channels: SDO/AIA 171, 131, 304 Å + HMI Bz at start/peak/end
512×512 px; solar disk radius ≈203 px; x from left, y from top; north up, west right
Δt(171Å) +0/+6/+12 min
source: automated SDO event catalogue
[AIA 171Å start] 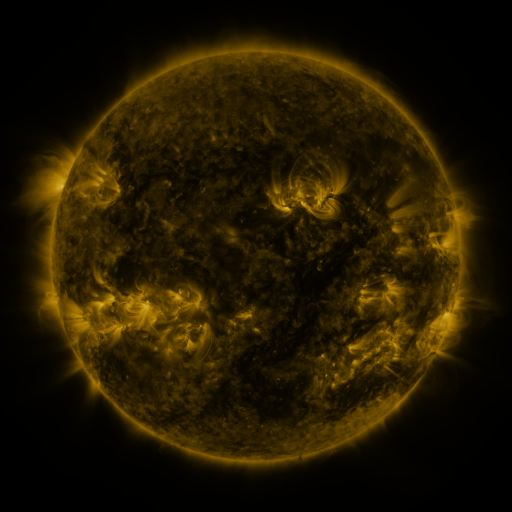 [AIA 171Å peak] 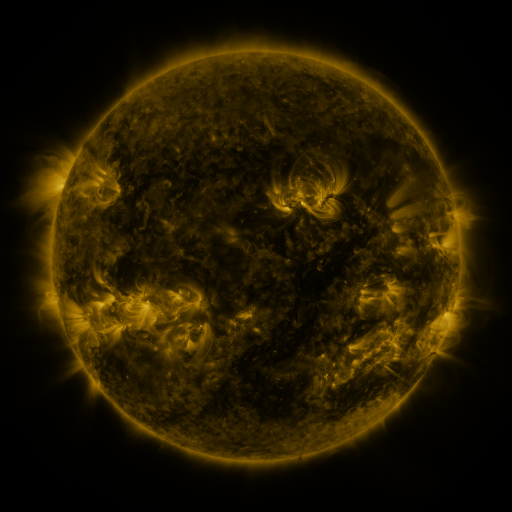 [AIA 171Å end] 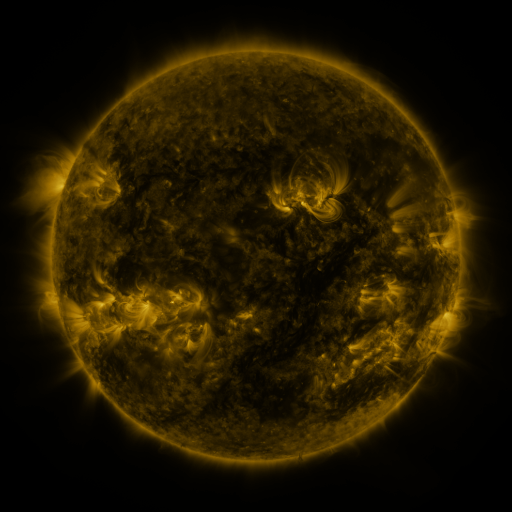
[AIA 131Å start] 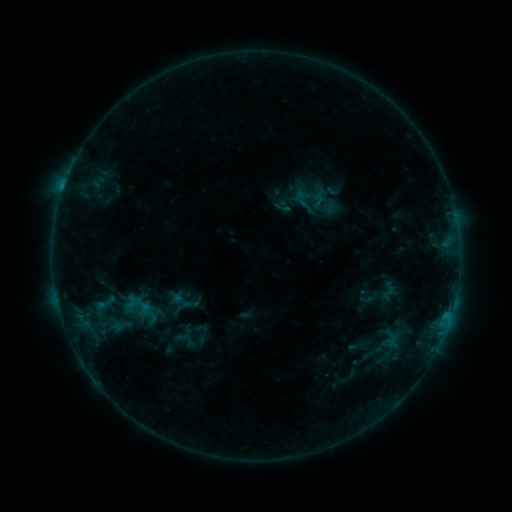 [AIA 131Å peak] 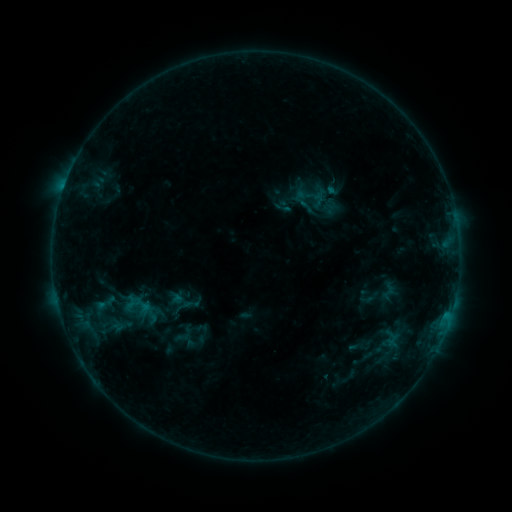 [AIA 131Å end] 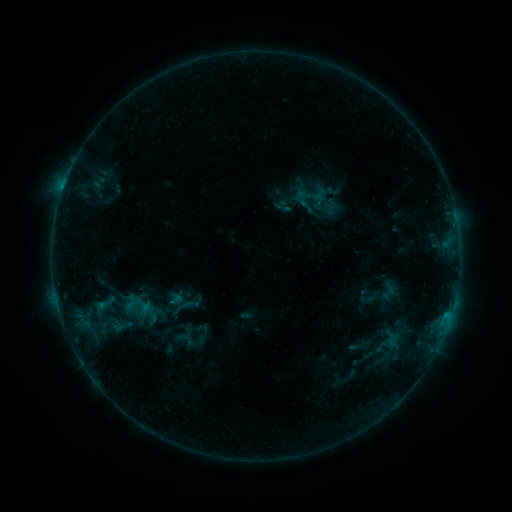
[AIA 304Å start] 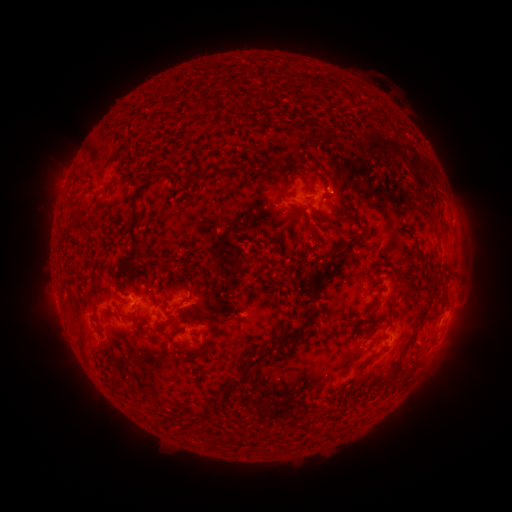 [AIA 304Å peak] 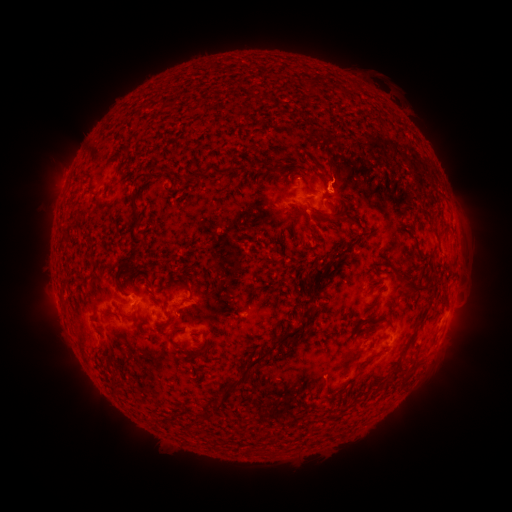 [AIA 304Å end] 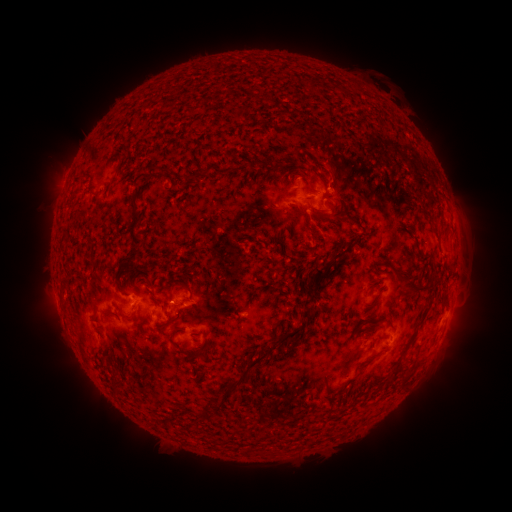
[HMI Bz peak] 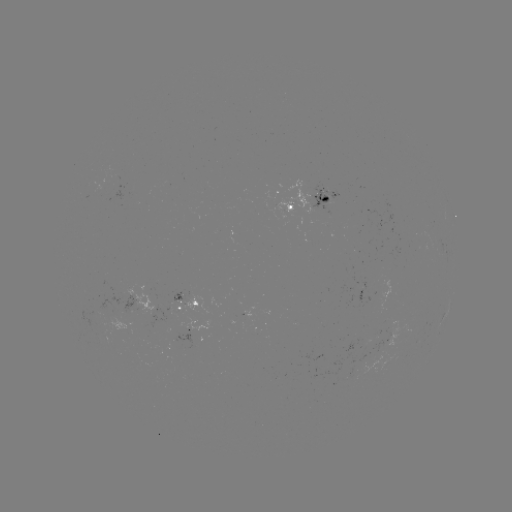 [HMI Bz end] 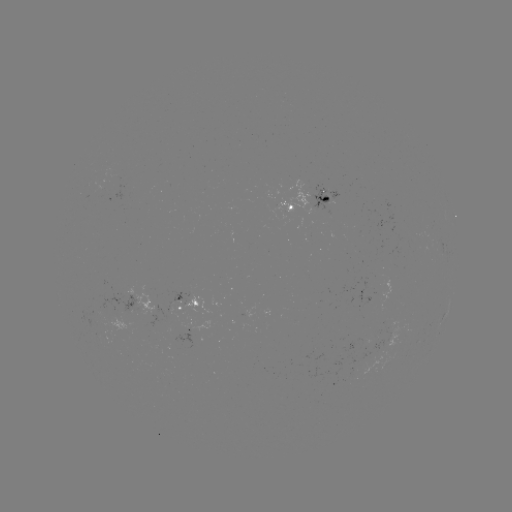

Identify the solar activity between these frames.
eruption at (338, 172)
